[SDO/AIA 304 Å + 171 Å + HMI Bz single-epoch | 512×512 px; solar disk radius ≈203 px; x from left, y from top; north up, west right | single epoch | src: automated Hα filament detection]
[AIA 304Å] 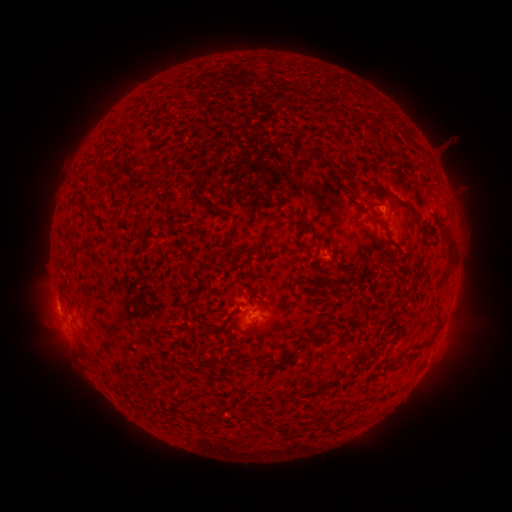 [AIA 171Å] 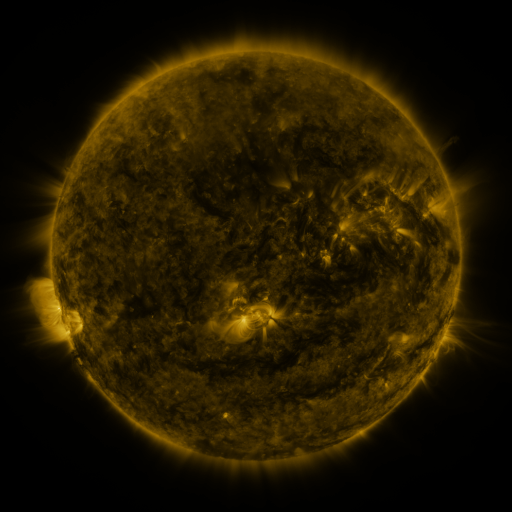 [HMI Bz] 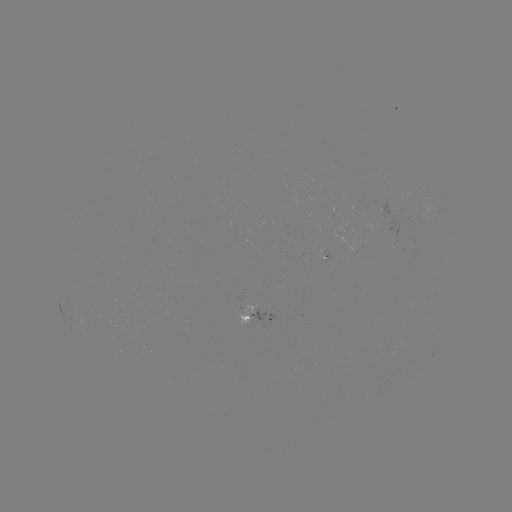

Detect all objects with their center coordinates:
filament: [359, 110, 369, 120]
filament: [382, 112, 390, 122]
filament: [309, 148, 323, 158]
filament: [101, 165, 108, 175]
filament: [372, 185, 422, 219]
filament: [366, 201, 378, 208]
filament: [439, 209, 450, 219]
filament: [235, 224, 274, 257]
filament: [226, 310, 236, 321]
filament: [257, 359, 268, 369]
filament: [225, 361, 235, 372]
